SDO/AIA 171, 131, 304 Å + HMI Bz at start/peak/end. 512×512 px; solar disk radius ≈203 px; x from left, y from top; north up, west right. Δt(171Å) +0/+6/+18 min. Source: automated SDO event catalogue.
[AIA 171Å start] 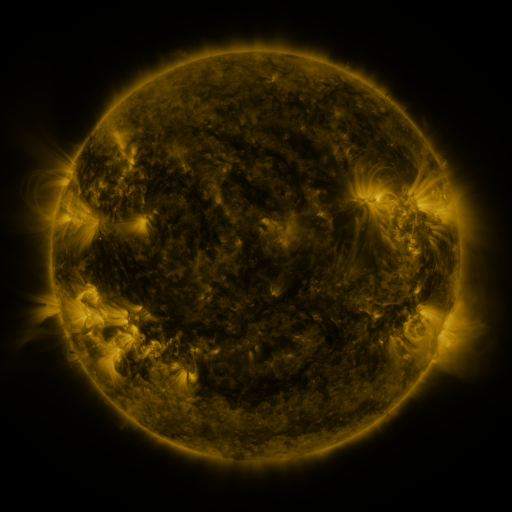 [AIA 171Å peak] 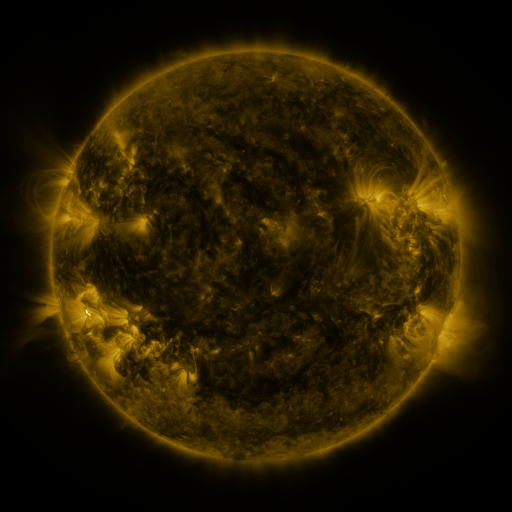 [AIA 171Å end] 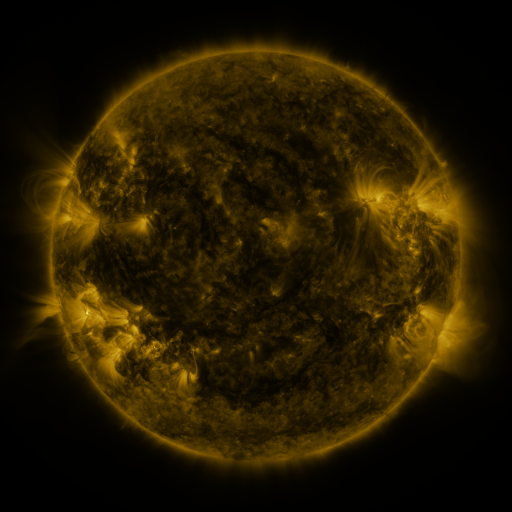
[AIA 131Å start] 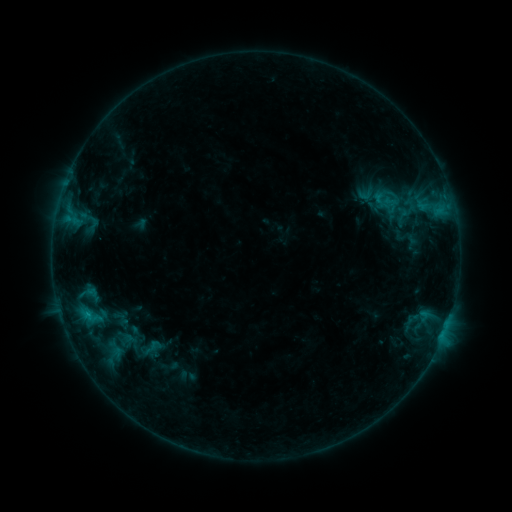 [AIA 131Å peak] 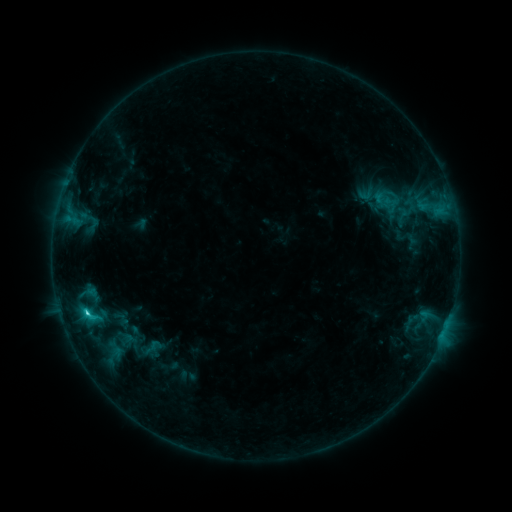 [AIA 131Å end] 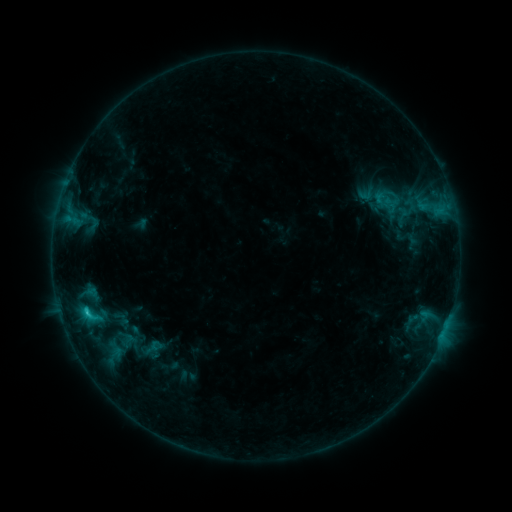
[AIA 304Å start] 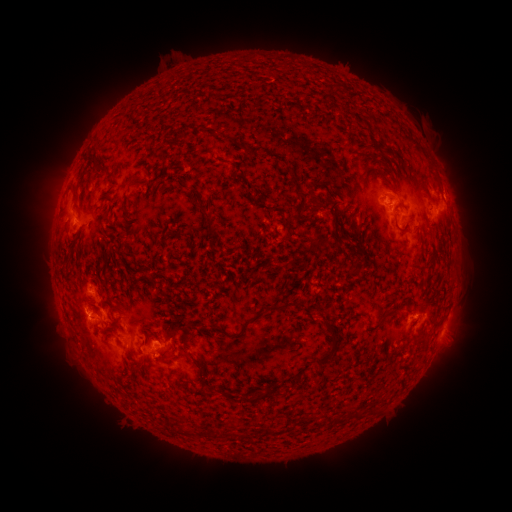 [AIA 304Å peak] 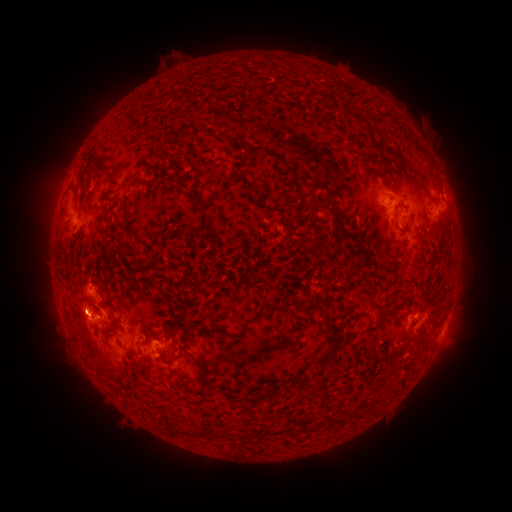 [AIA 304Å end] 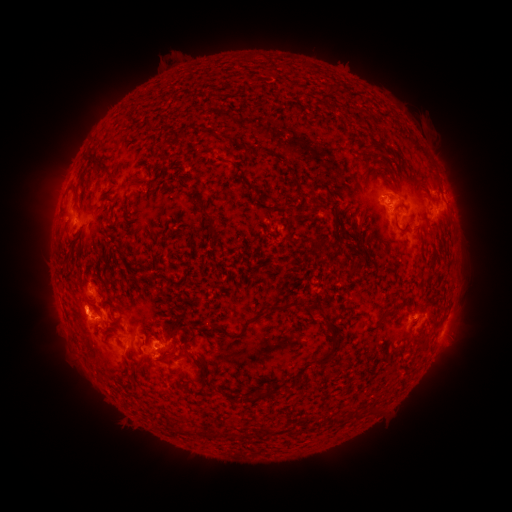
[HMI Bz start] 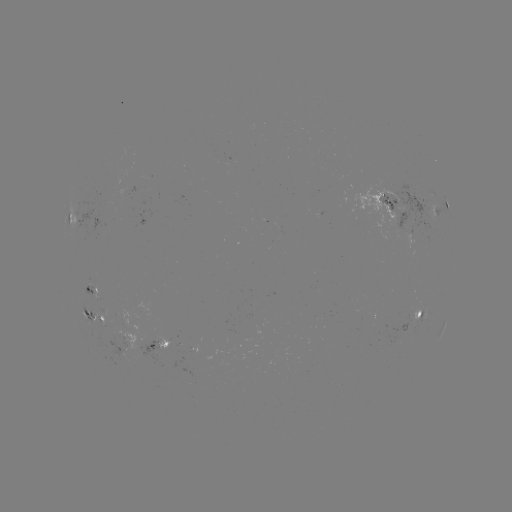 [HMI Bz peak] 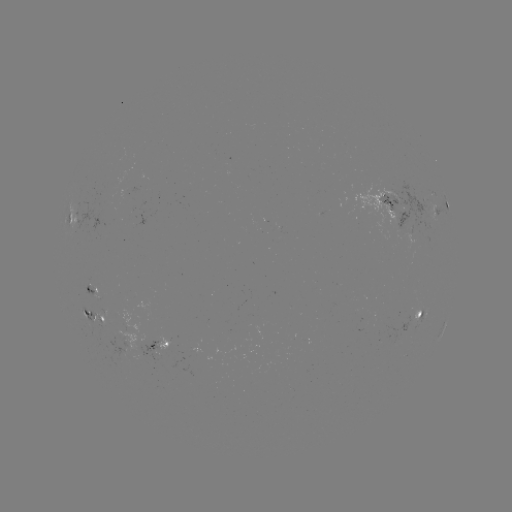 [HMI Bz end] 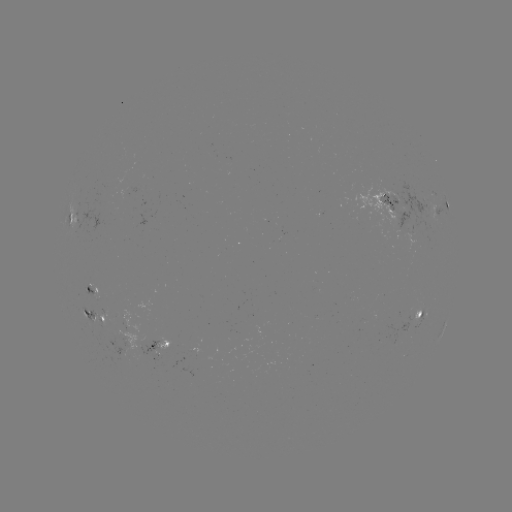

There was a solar flare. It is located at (88, 313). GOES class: C2.3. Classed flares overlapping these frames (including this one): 1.